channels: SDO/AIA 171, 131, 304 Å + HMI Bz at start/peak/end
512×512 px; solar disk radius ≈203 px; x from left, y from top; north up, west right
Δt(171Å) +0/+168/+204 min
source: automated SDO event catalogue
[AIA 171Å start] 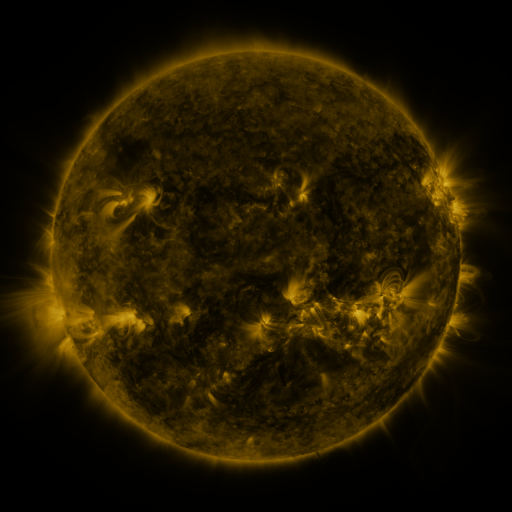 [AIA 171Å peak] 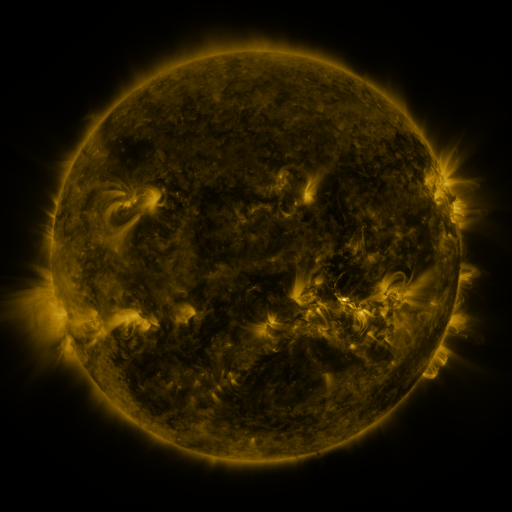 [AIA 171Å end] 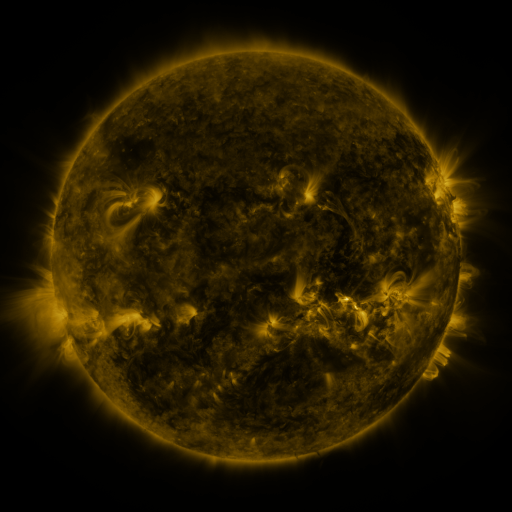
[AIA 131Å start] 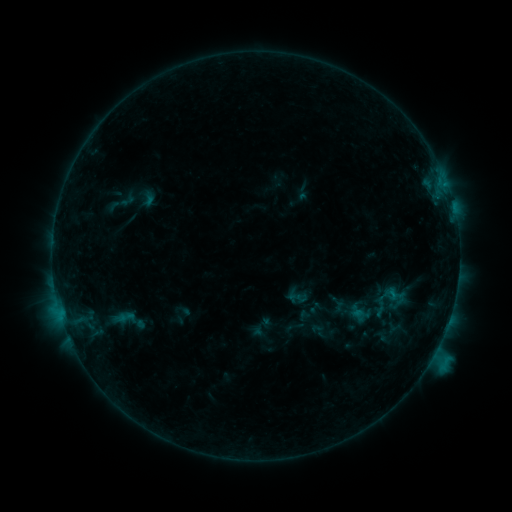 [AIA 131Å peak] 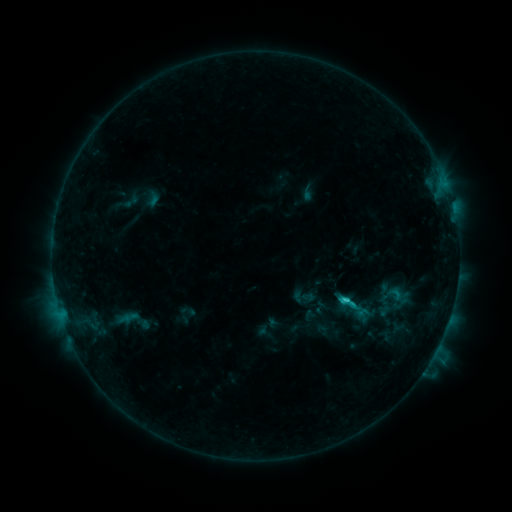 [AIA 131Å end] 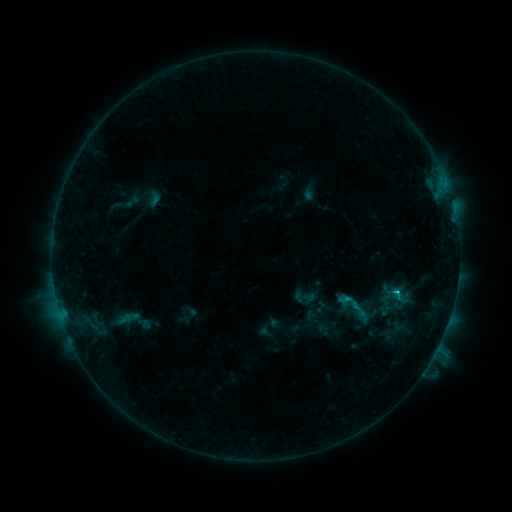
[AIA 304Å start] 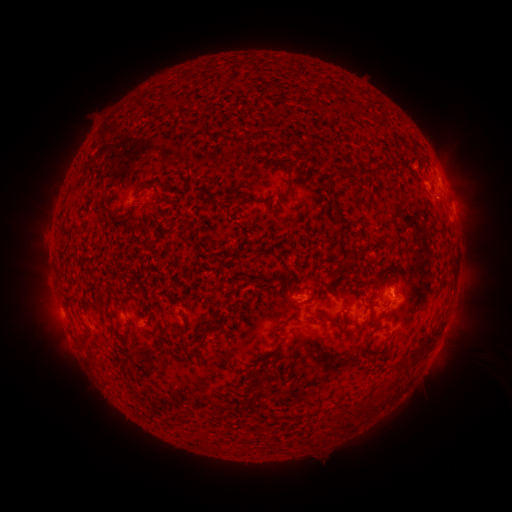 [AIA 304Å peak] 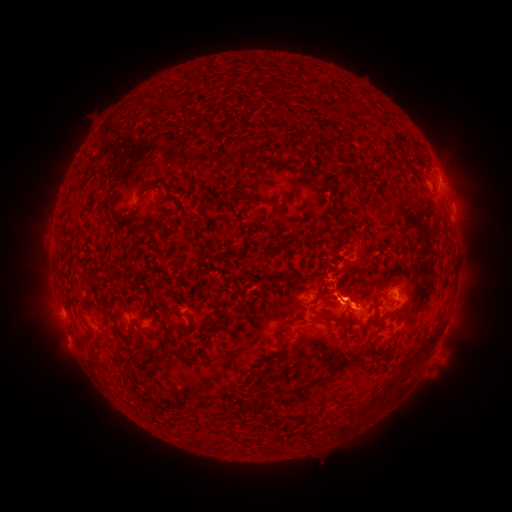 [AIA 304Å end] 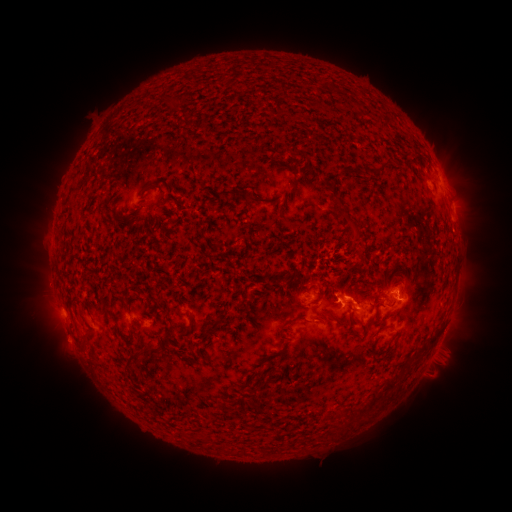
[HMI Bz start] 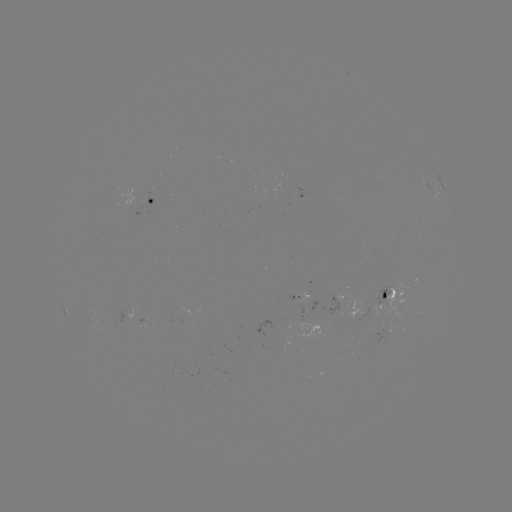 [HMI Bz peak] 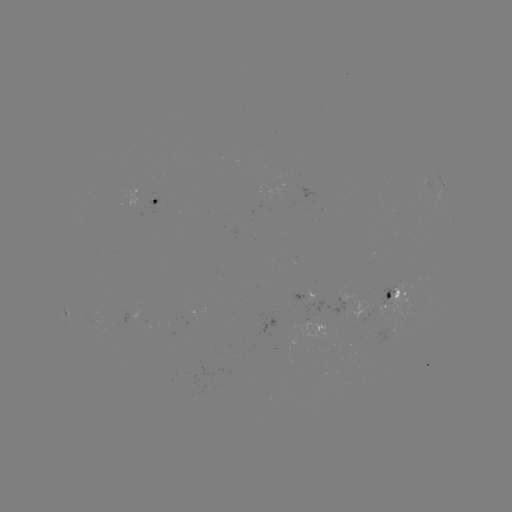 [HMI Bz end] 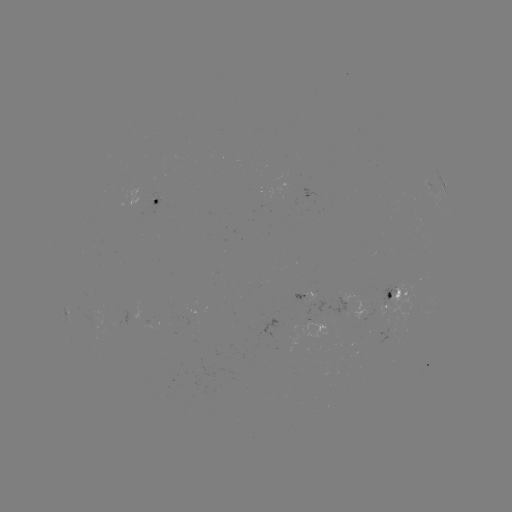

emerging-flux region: [308, 289, 315, 301]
